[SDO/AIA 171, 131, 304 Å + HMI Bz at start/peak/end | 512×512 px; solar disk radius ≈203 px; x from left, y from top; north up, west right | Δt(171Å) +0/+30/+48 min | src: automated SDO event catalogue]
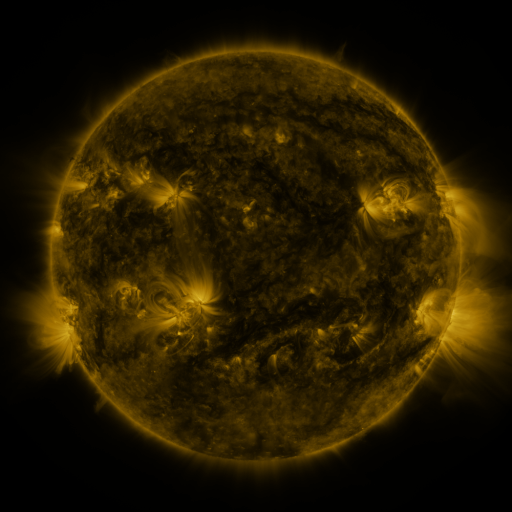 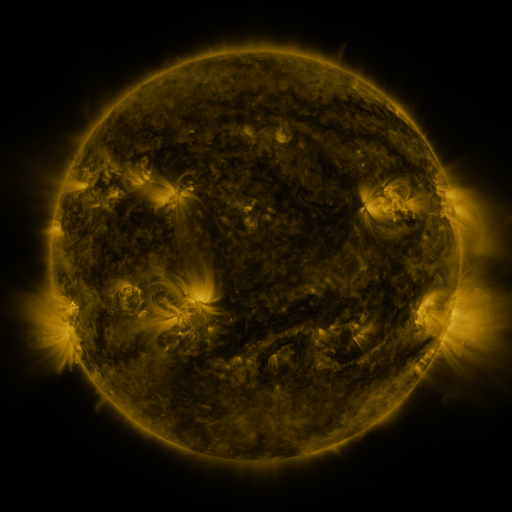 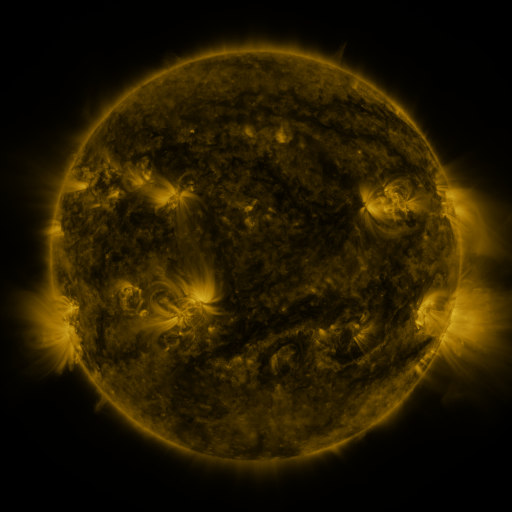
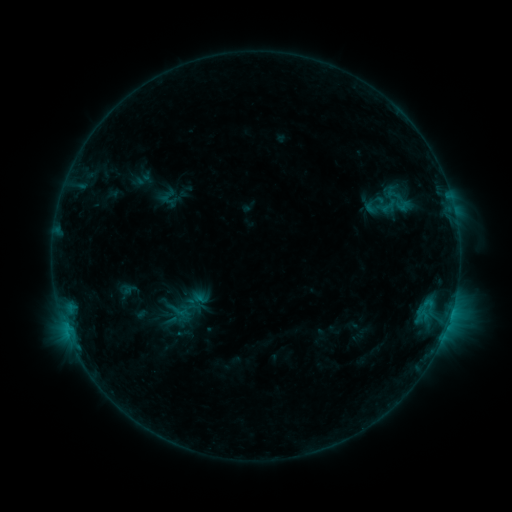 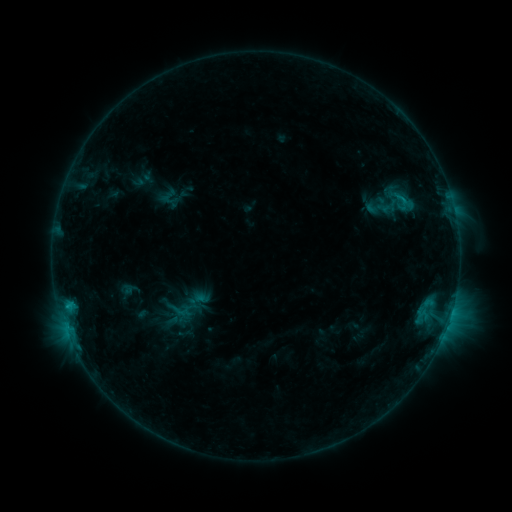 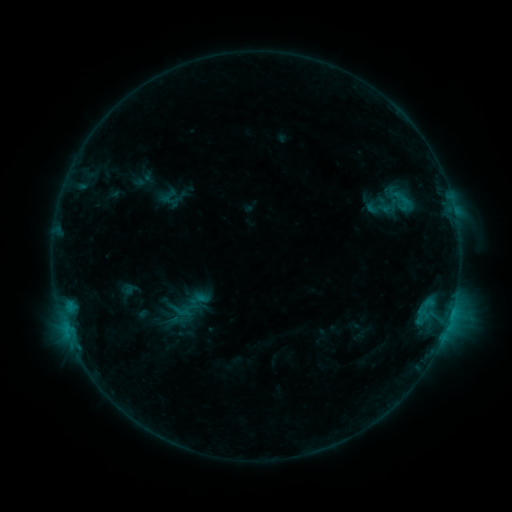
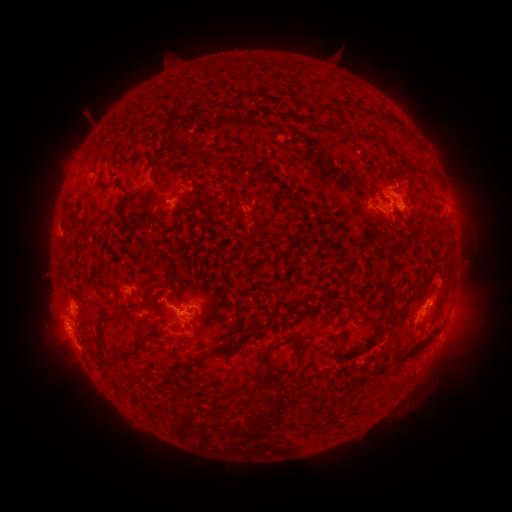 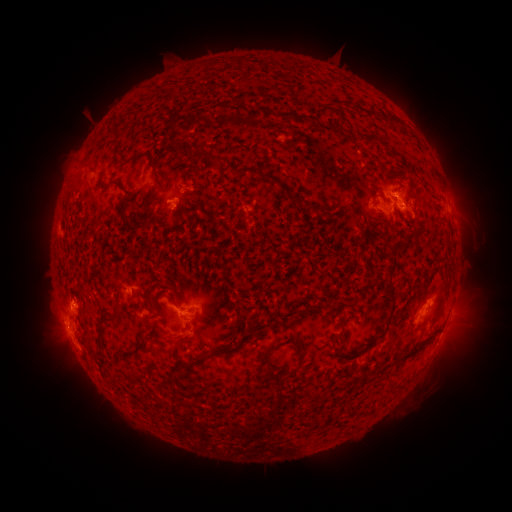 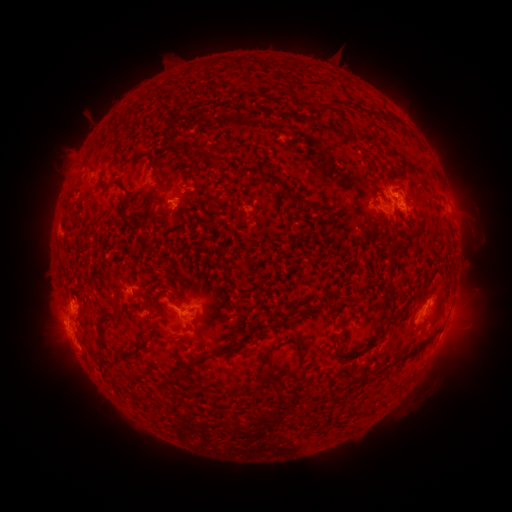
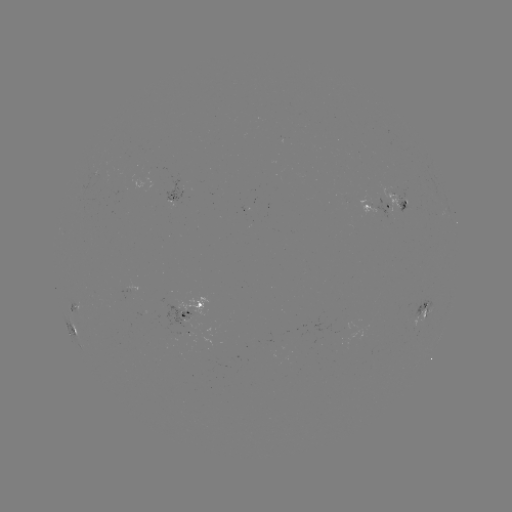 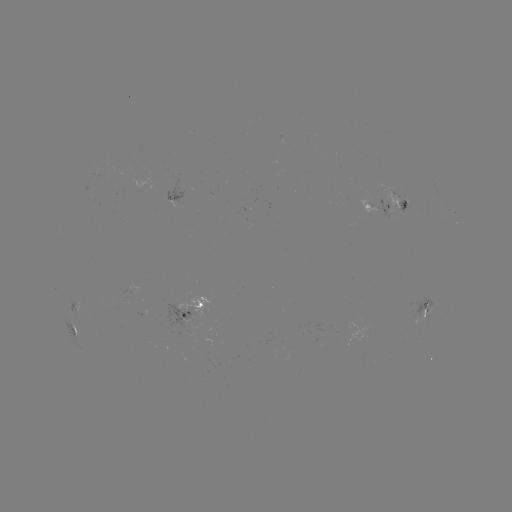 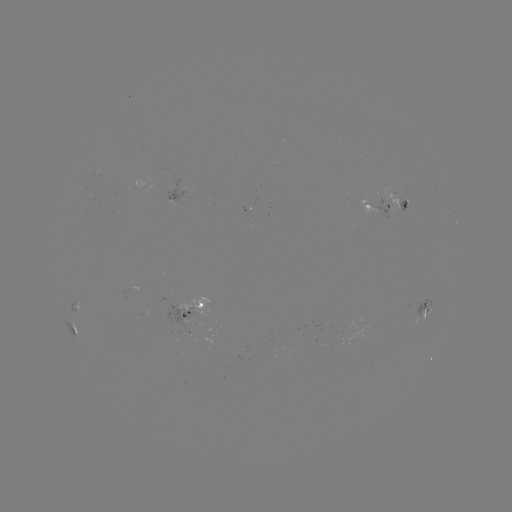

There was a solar flare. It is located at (68, 304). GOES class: C1.1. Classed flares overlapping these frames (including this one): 1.